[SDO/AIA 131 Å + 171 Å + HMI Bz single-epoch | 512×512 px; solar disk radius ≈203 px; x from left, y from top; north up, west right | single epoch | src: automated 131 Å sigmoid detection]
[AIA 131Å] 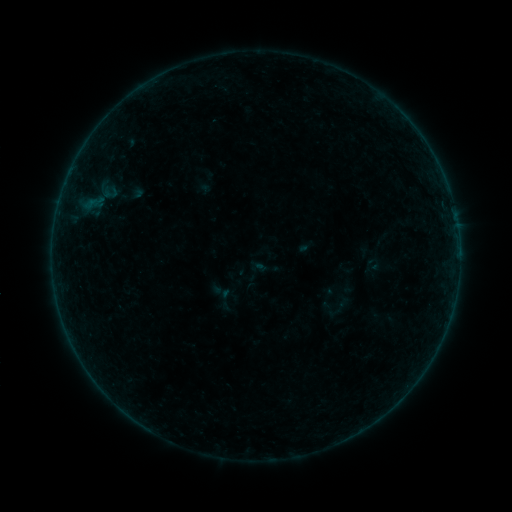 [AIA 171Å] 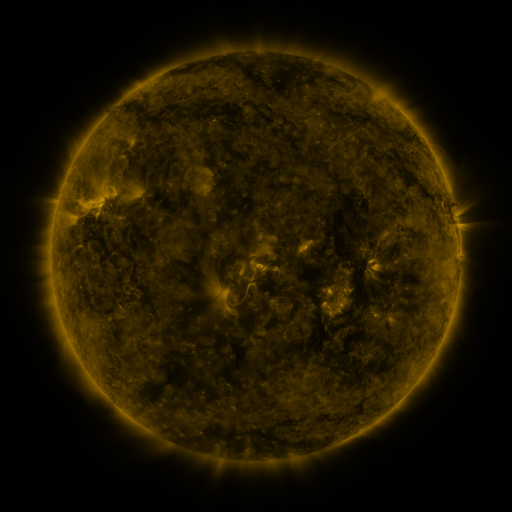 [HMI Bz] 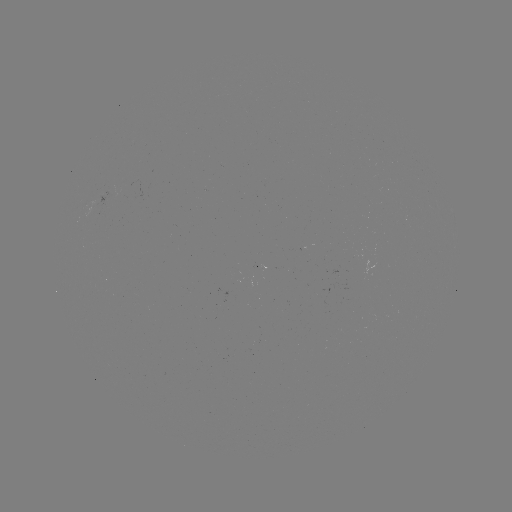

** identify sigmoid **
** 256,271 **